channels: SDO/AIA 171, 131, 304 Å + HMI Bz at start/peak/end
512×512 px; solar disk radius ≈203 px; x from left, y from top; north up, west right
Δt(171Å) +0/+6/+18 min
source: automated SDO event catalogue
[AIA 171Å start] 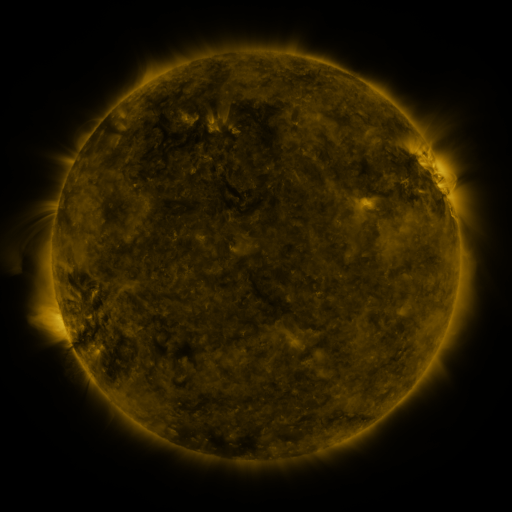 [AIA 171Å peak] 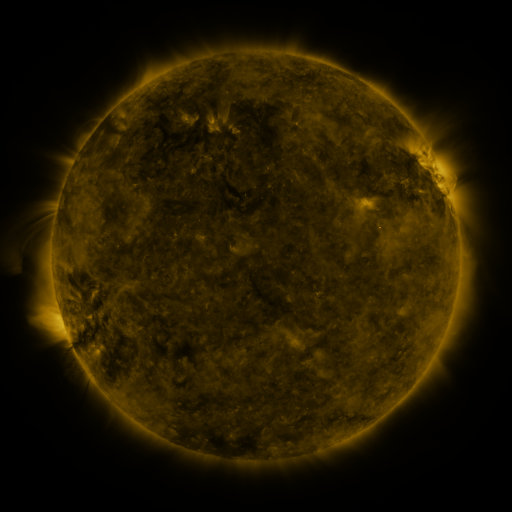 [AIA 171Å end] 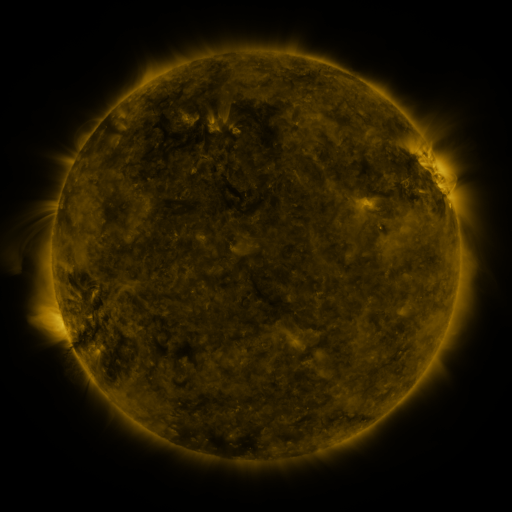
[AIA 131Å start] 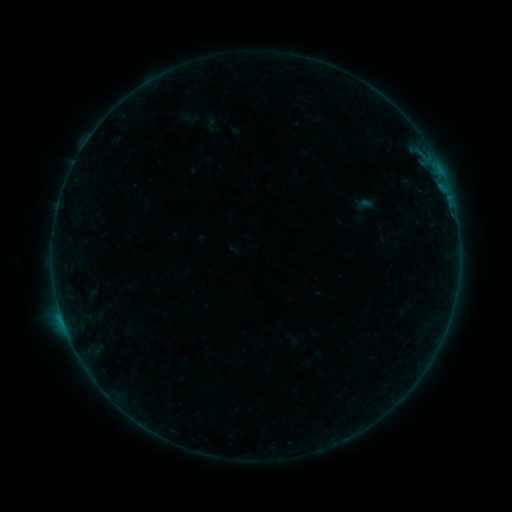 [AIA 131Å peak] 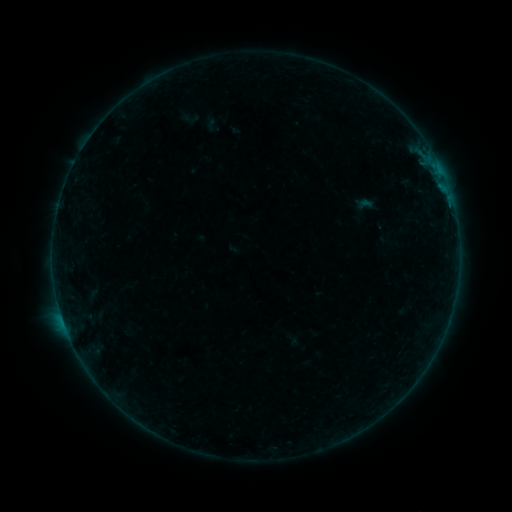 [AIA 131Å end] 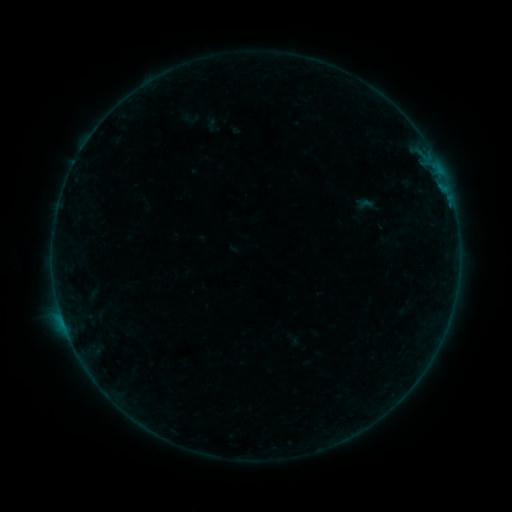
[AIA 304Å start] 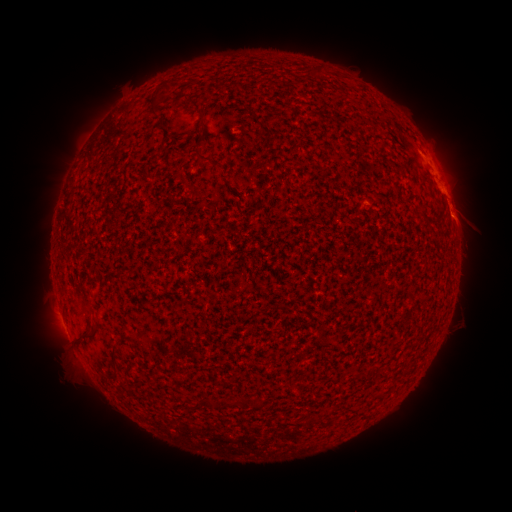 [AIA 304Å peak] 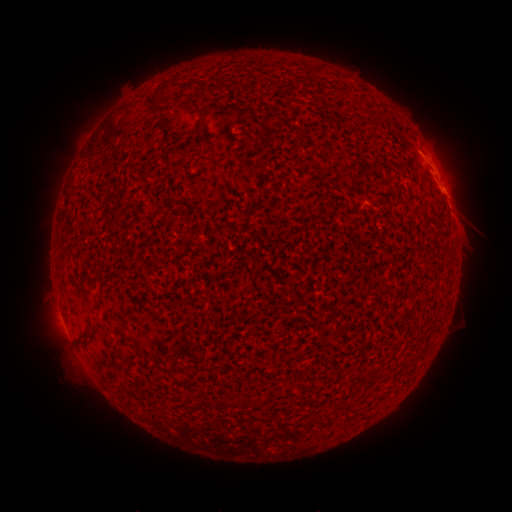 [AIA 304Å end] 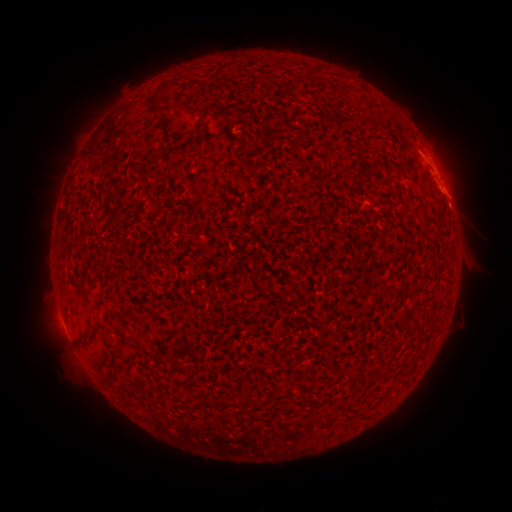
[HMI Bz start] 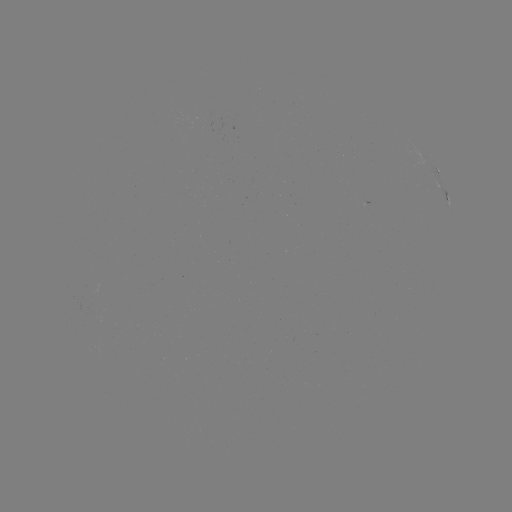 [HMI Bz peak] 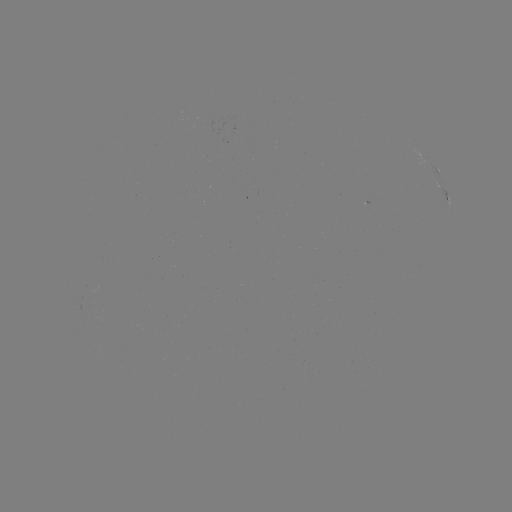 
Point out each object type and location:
eruption: (469, 230)
